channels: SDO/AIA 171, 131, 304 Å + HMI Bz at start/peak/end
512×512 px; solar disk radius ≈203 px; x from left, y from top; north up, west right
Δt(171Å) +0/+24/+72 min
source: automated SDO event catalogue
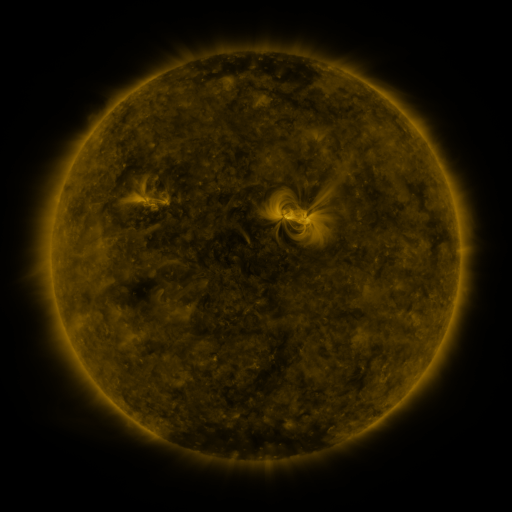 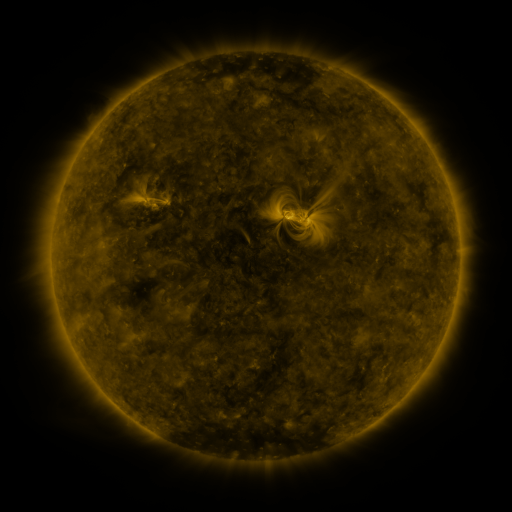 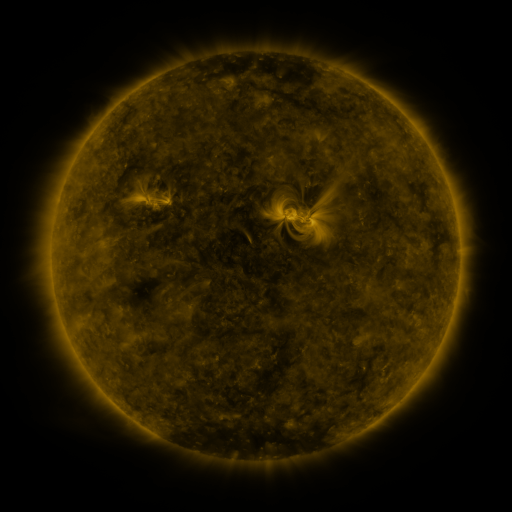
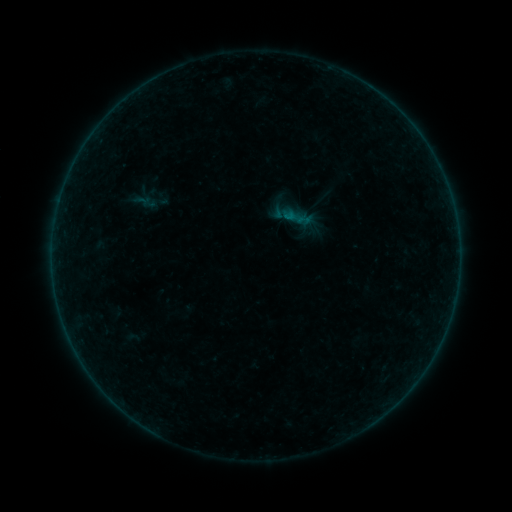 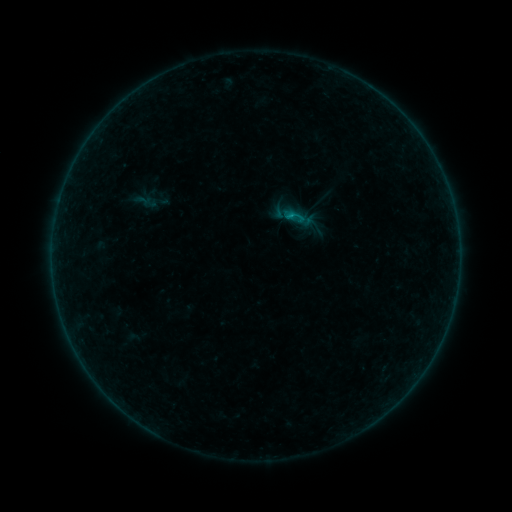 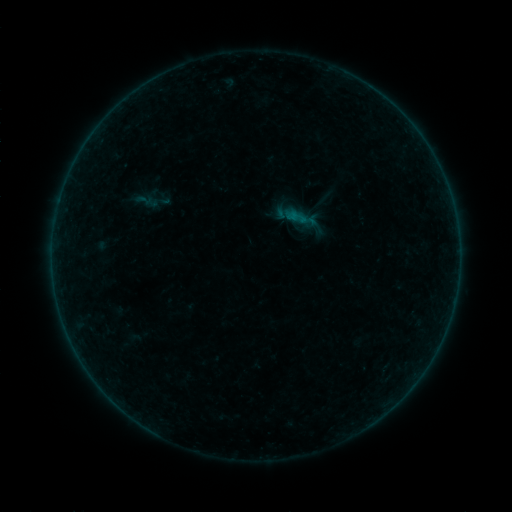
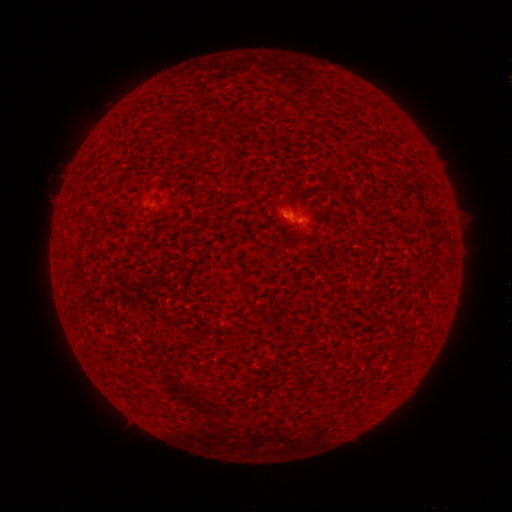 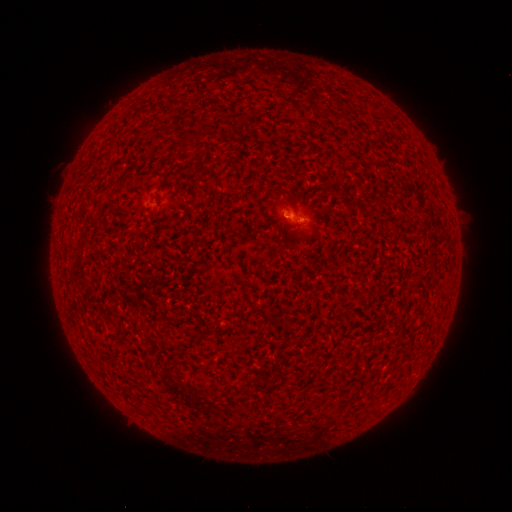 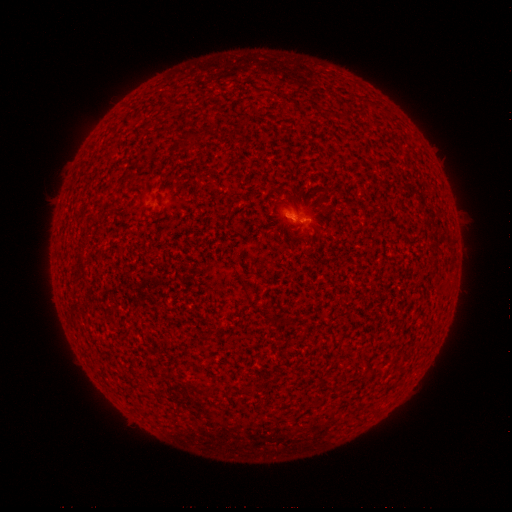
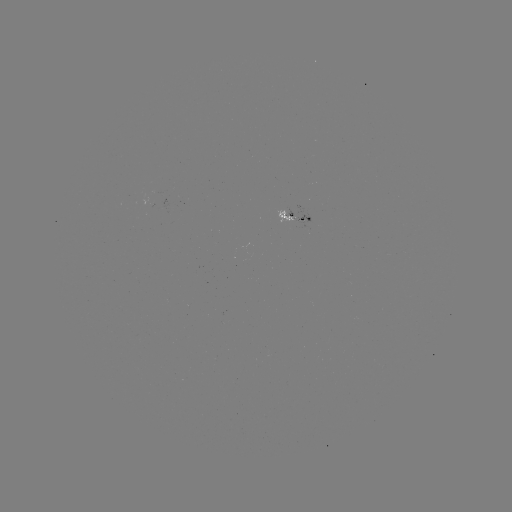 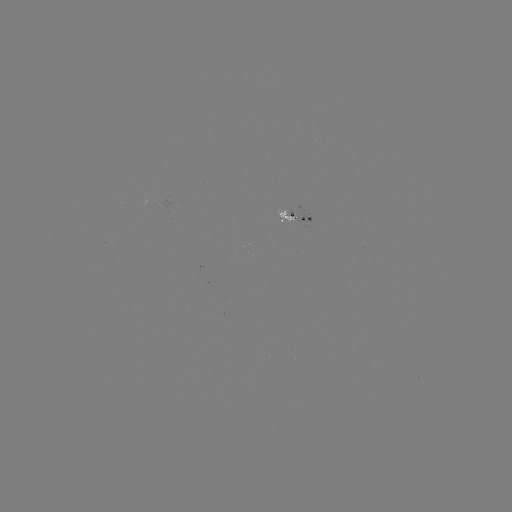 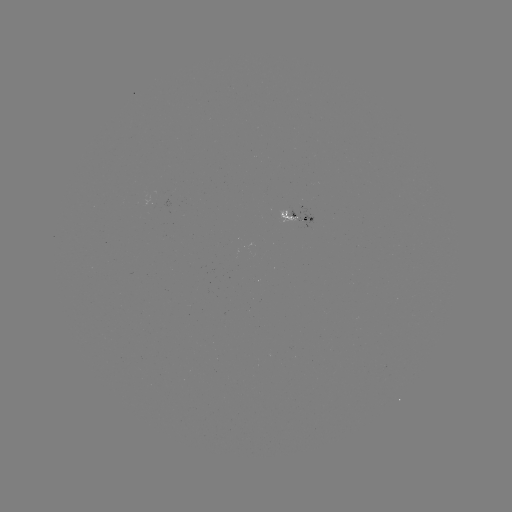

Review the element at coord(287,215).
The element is B2.4 flare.